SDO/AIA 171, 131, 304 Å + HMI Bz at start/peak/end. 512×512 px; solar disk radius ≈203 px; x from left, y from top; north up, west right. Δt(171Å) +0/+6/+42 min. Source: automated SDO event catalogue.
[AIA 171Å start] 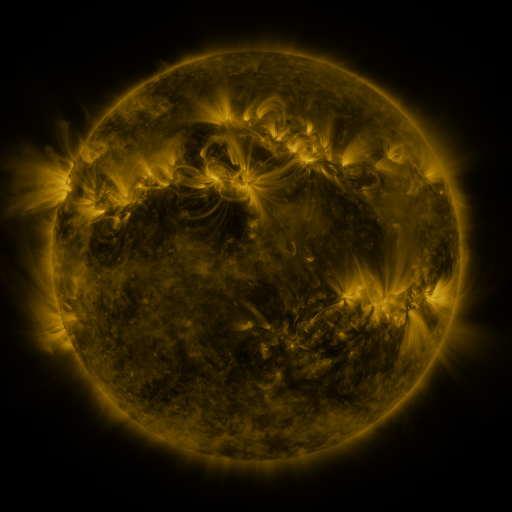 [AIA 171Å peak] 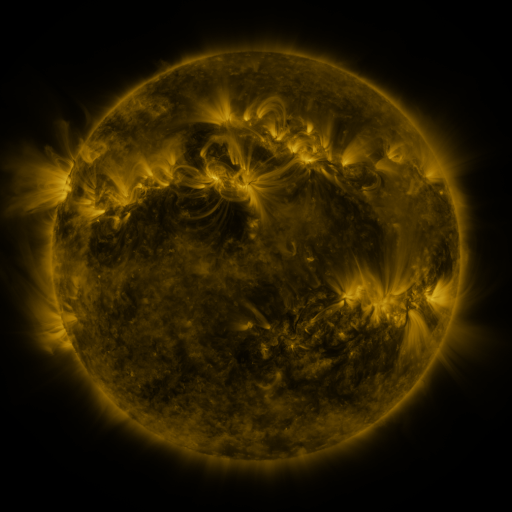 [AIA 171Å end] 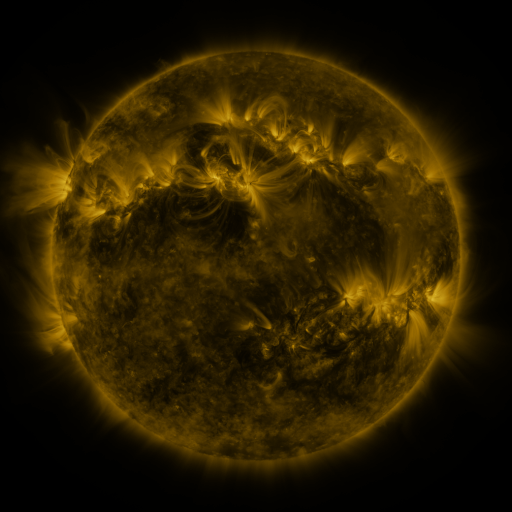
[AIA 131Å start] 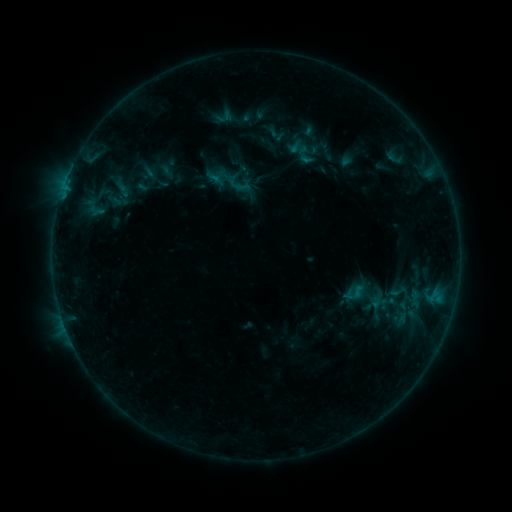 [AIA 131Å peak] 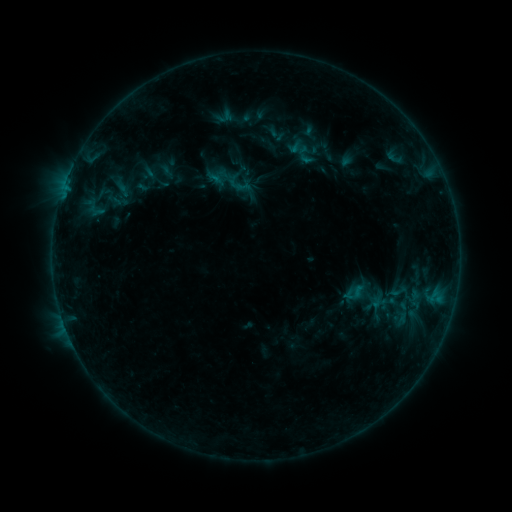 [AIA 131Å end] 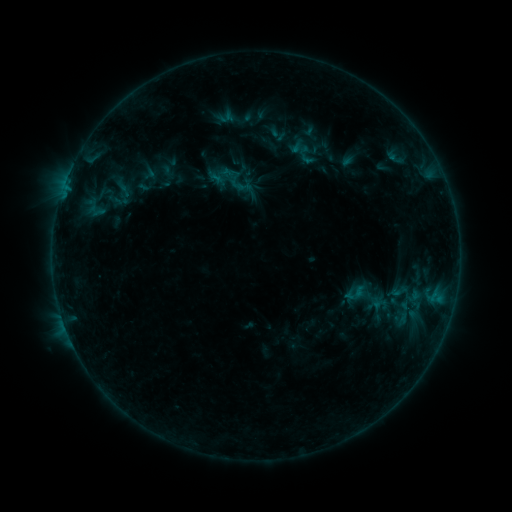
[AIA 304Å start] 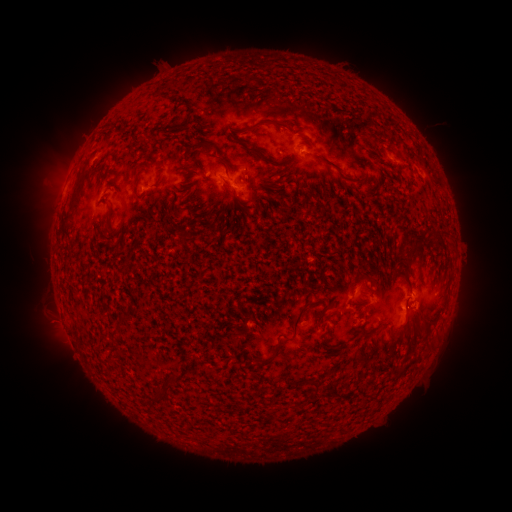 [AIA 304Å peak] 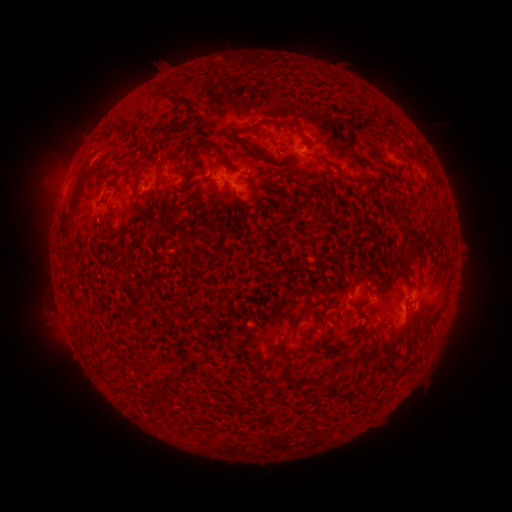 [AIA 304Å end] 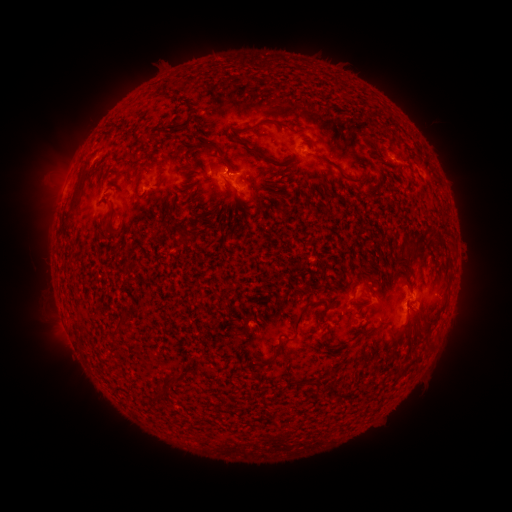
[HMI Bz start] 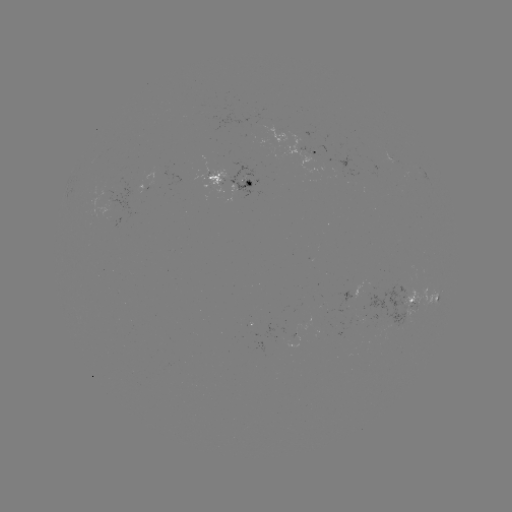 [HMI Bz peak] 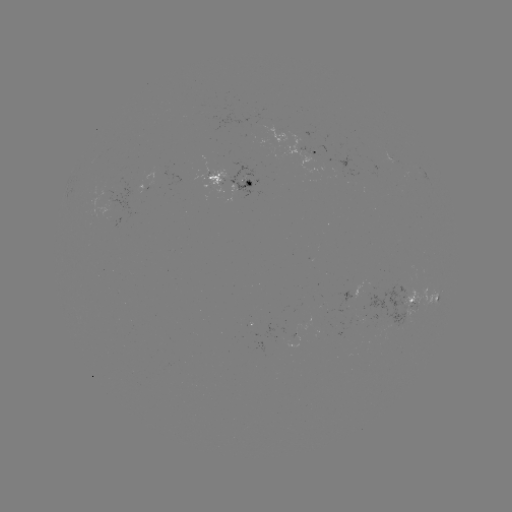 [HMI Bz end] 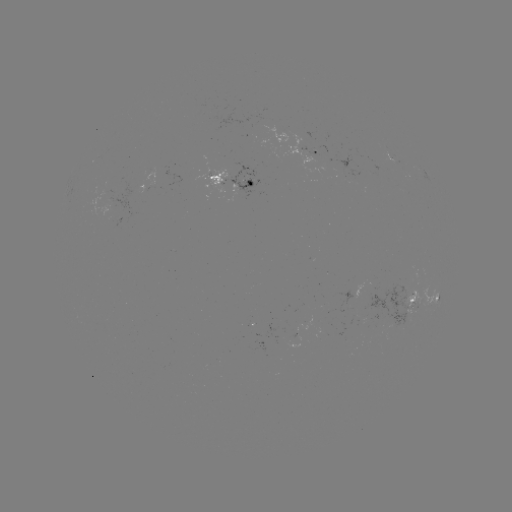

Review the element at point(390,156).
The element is emerging-flux region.